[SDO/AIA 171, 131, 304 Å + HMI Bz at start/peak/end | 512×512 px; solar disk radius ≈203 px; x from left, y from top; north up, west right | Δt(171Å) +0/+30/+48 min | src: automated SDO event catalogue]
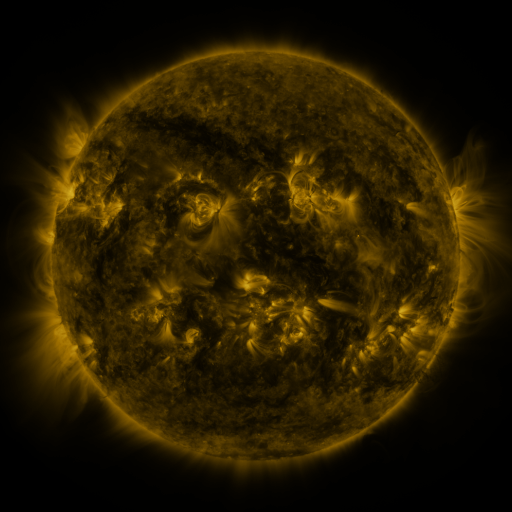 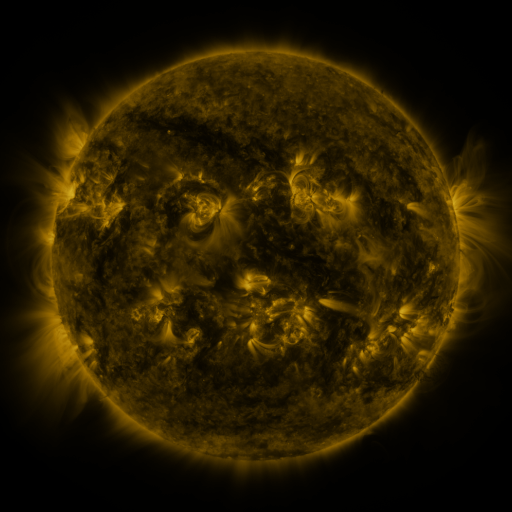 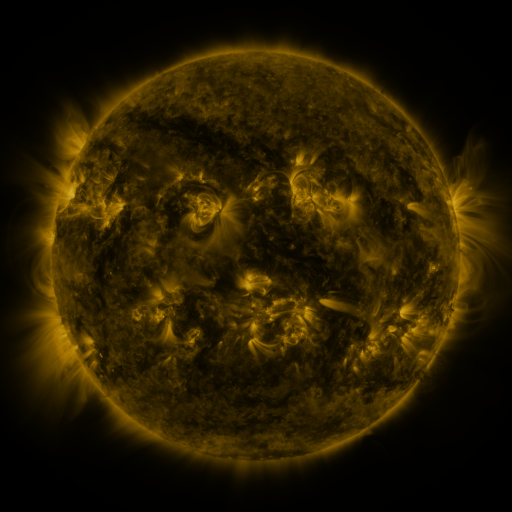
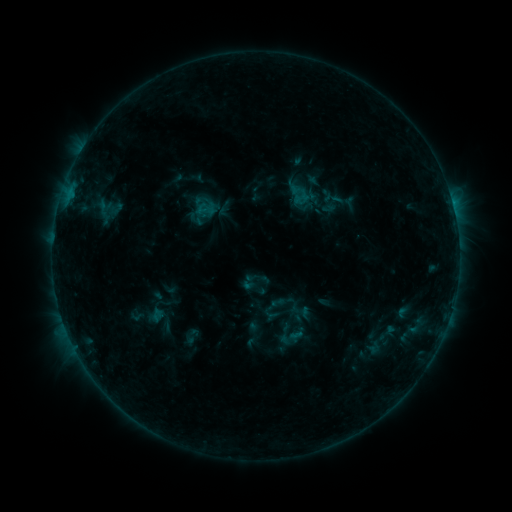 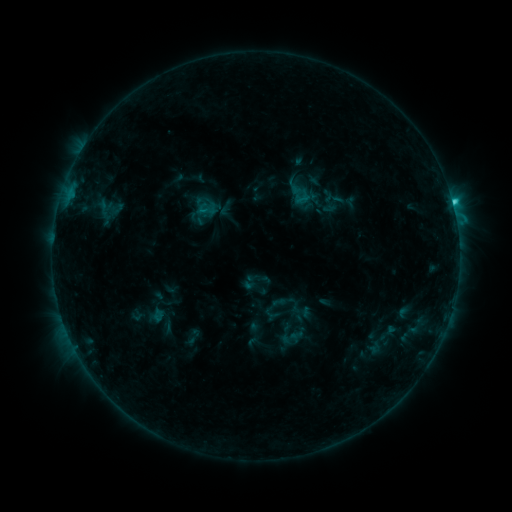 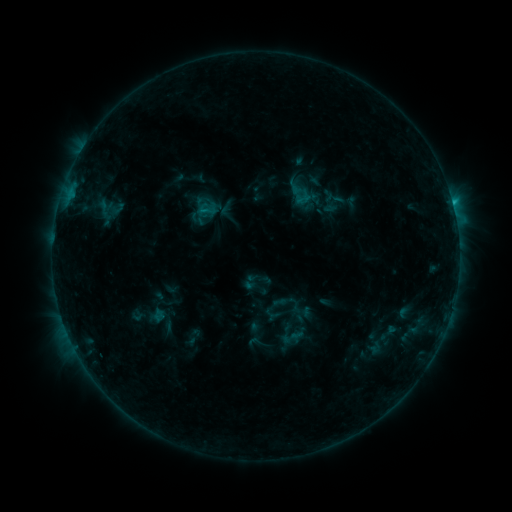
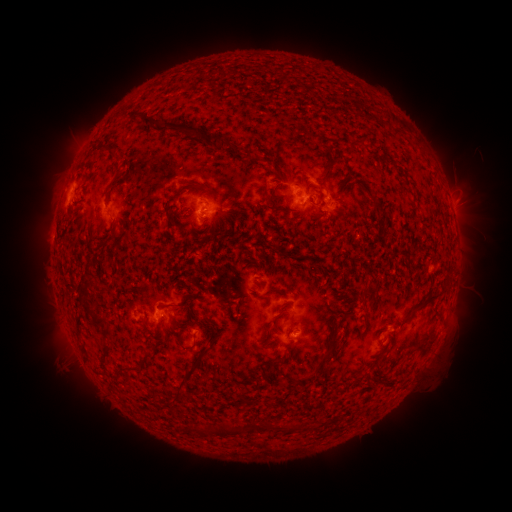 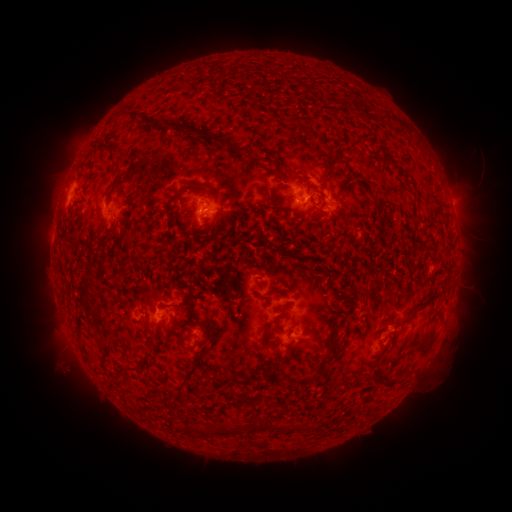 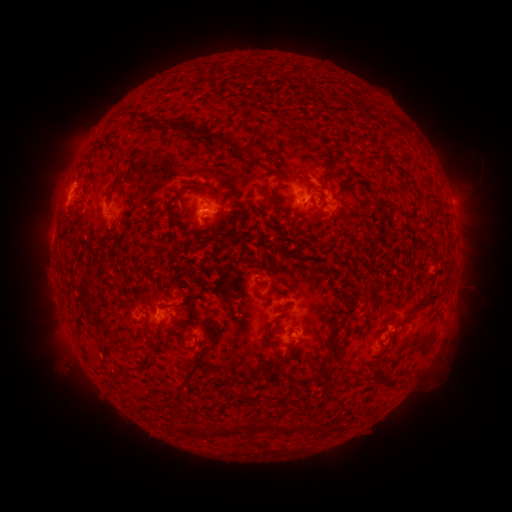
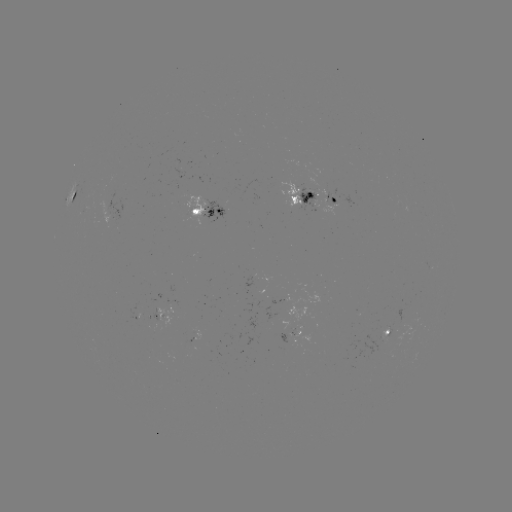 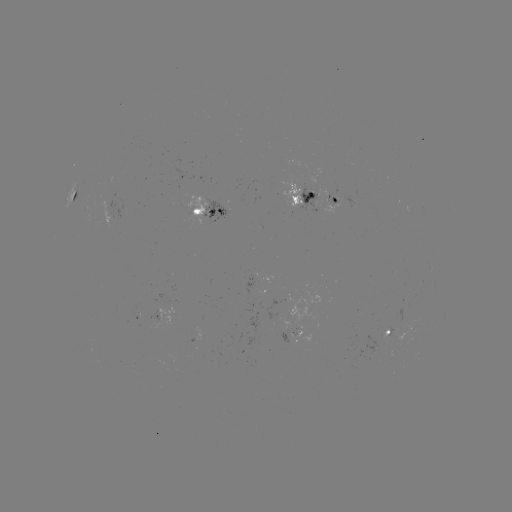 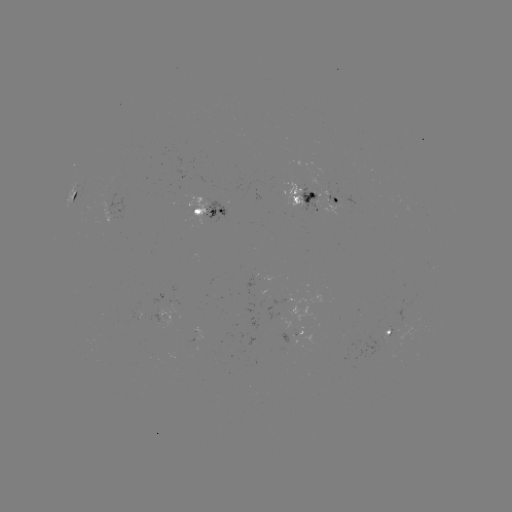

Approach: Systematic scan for C1.9 flare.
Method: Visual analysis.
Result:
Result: C1.9 flare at [452, 203].